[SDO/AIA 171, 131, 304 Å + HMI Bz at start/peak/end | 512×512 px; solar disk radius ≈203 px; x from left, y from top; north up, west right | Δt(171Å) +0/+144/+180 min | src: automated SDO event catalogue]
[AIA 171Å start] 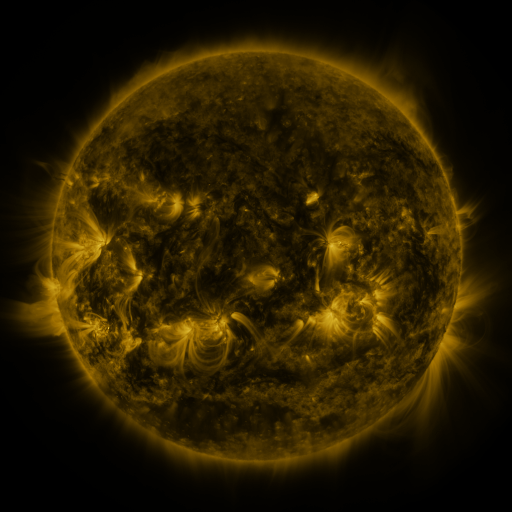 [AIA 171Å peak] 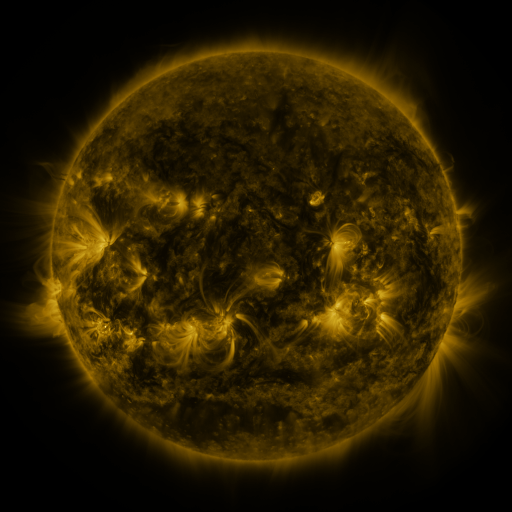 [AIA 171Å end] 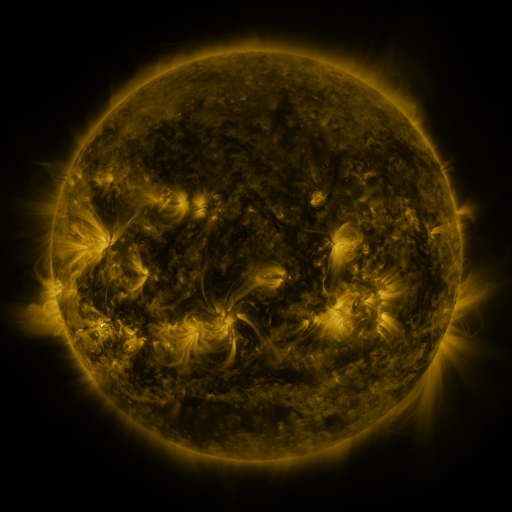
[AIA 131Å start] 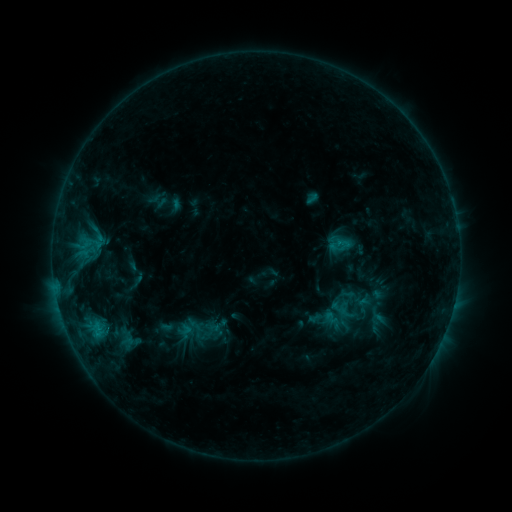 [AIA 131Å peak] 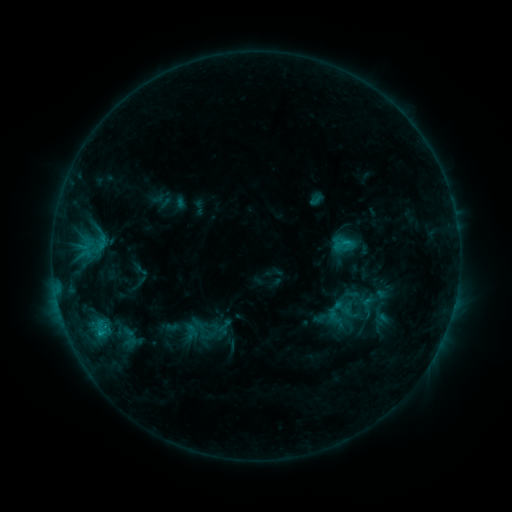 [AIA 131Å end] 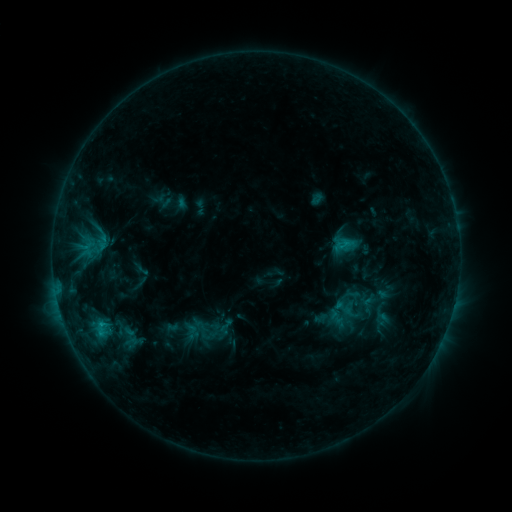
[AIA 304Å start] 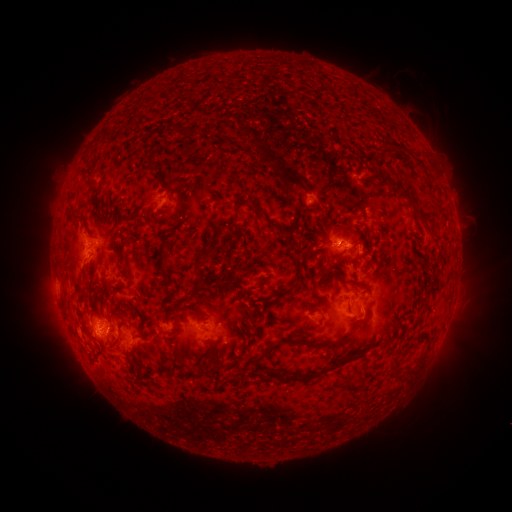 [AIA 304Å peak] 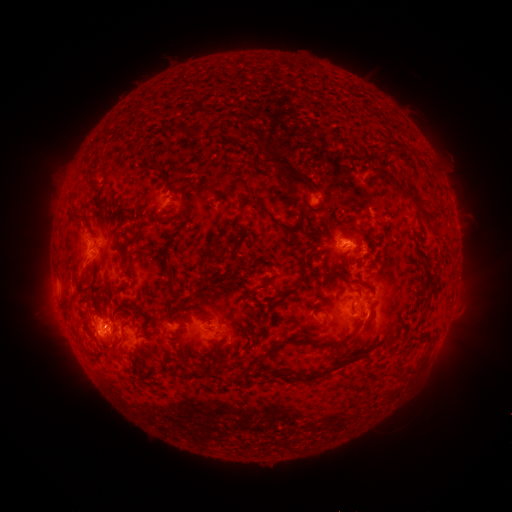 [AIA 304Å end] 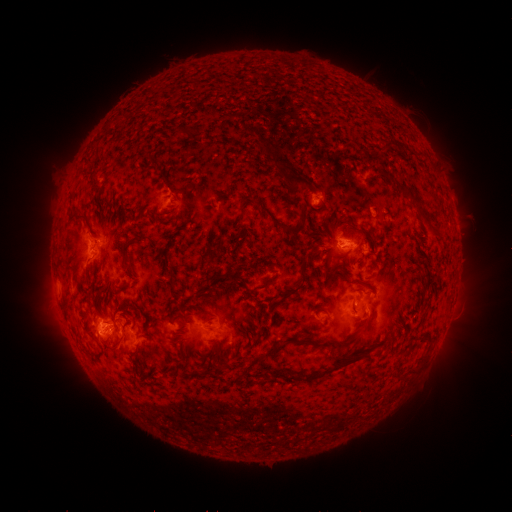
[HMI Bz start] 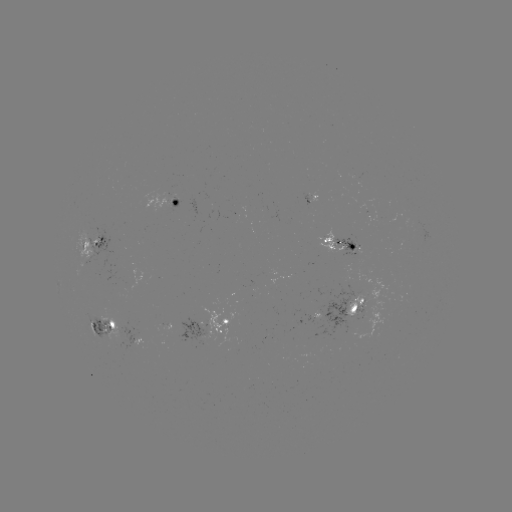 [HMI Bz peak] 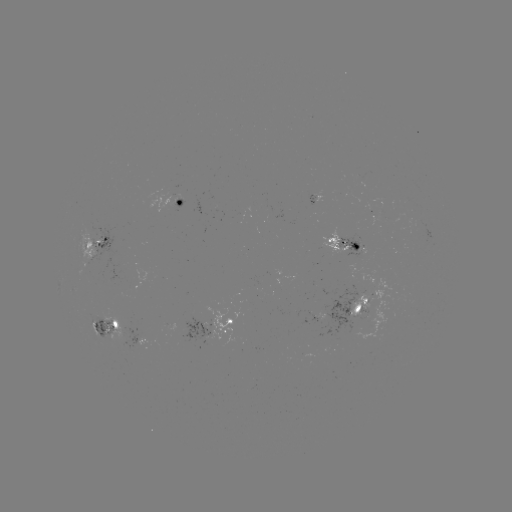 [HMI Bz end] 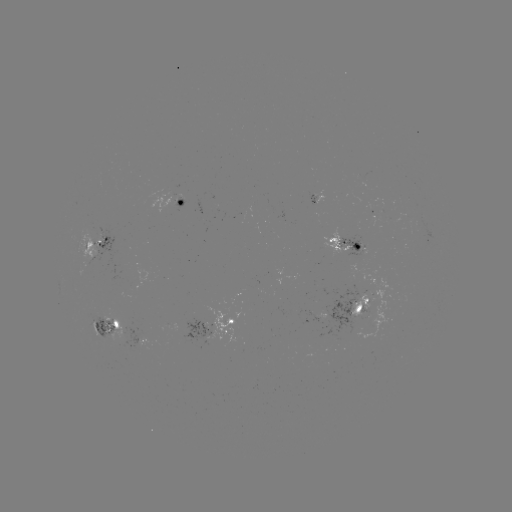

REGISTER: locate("emerging-flux region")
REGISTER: [357, 247]